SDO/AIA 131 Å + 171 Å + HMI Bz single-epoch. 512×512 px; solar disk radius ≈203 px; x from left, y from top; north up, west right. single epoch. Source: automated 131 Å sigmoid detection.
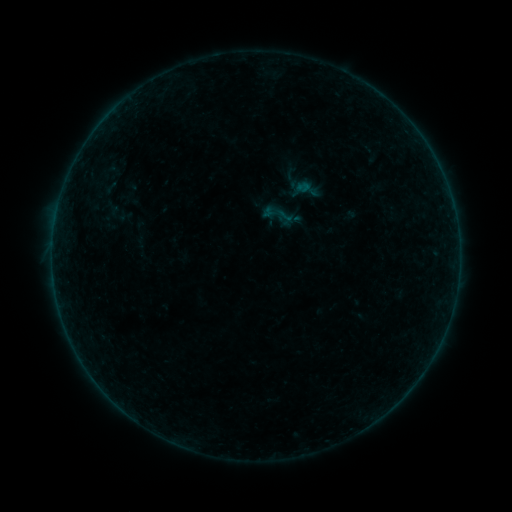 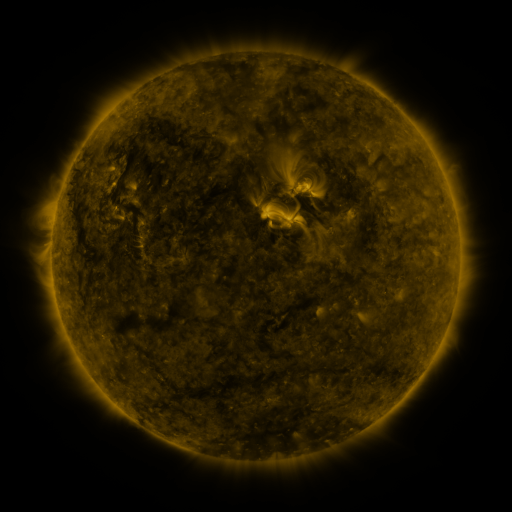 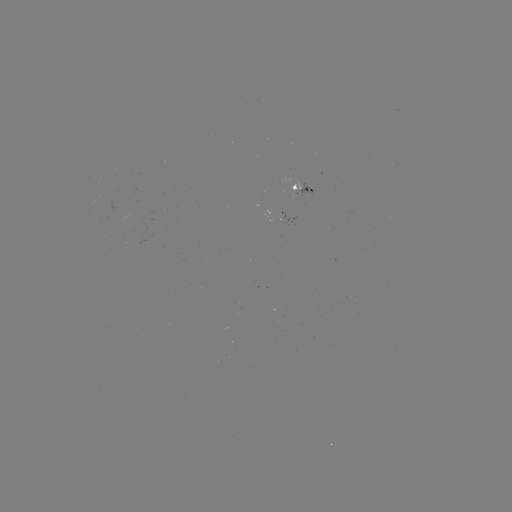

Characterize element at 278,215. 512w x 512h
sigmoid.